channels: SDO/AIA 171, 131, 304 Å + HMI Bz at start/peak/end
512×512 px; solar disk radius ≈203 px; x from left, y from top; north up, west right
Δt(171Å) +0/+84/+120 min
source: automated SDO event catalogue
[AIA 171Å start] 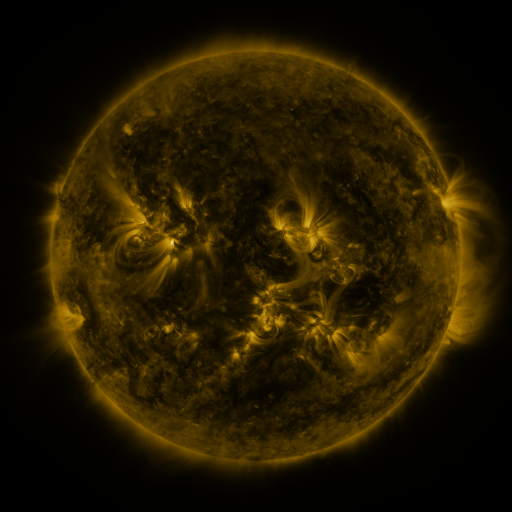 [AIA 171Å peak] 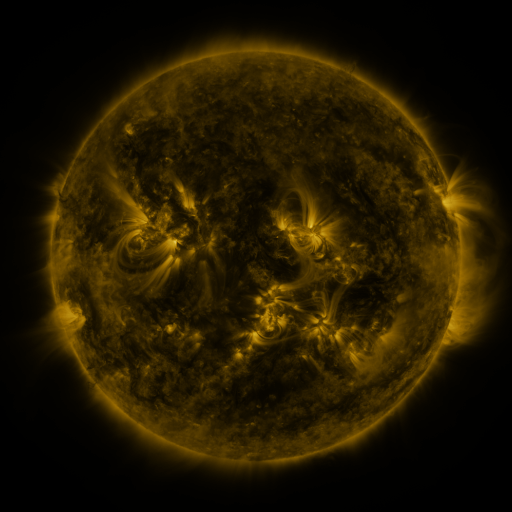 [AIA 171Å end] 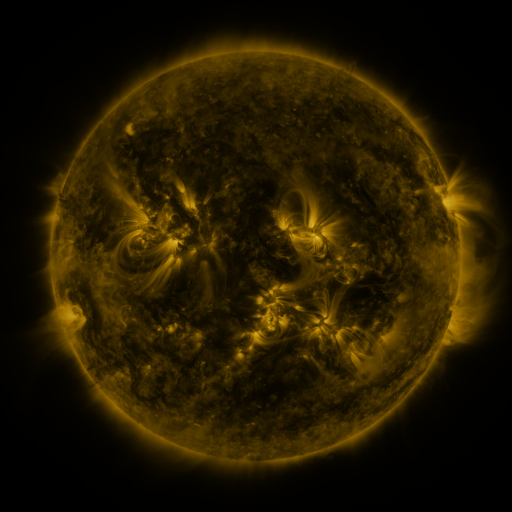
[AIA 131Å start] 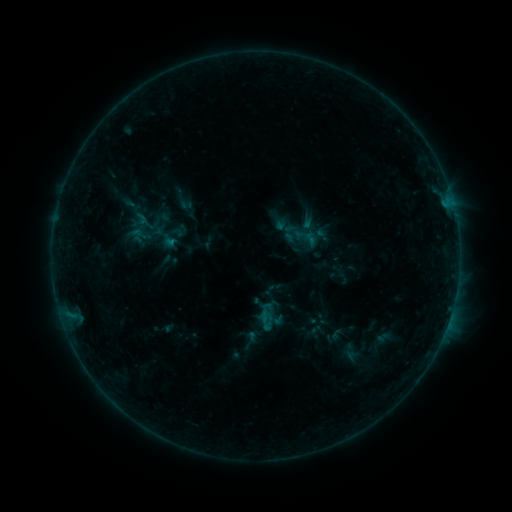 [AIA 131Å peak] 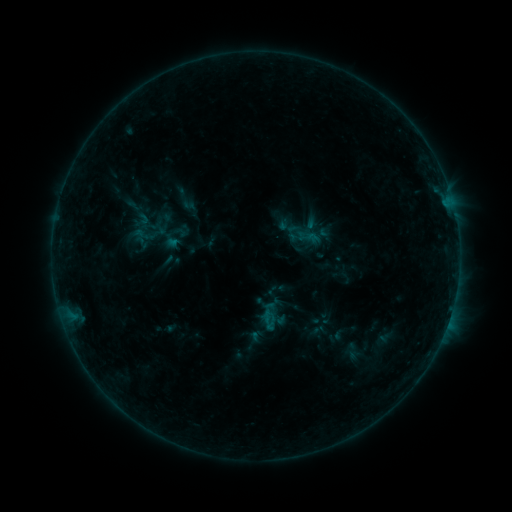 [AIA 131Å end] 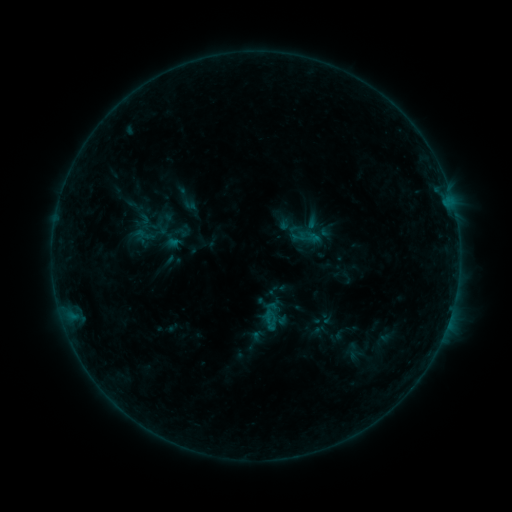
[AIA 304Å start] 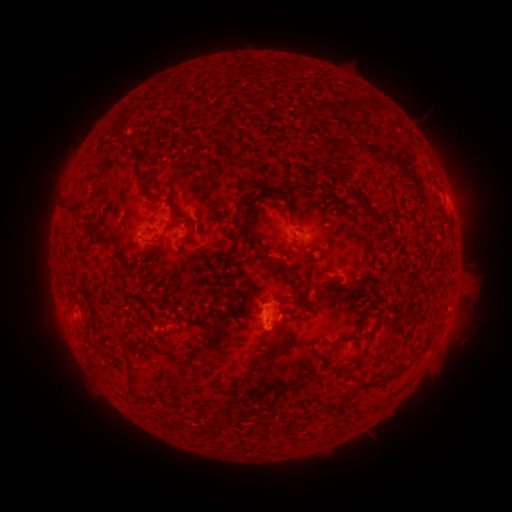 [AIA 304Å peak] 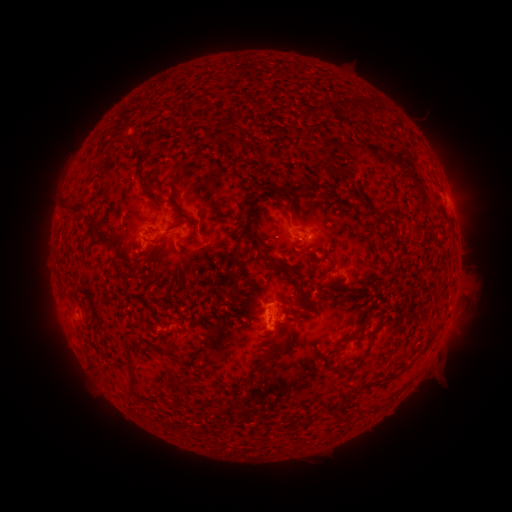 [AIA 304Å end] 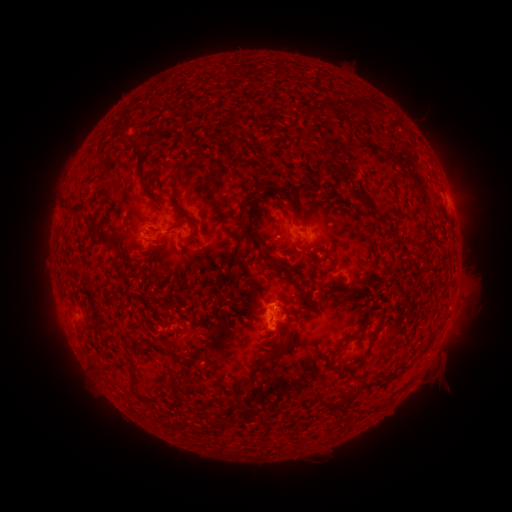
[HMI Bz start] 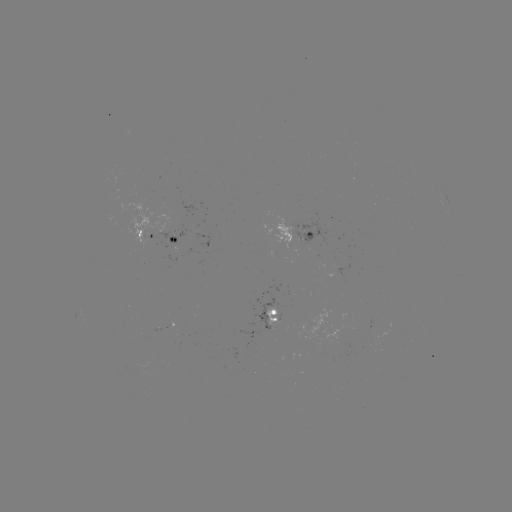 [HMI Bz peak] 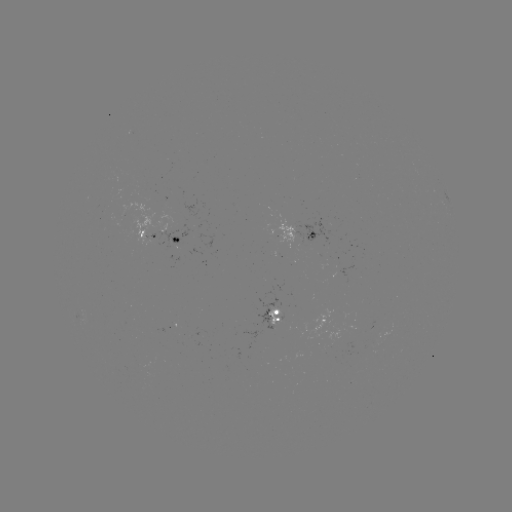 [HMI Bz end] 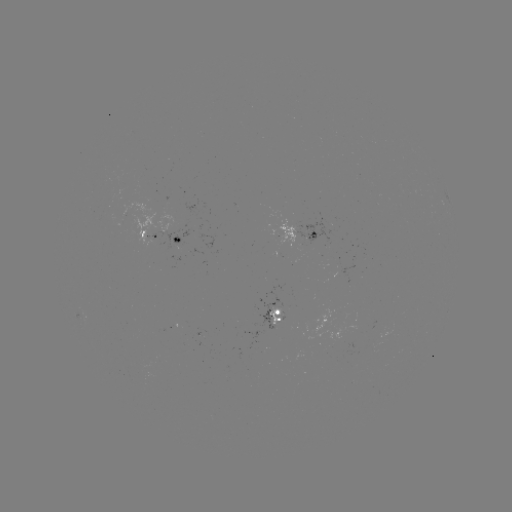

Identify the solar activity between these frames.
emerging-flux region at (304, 239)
